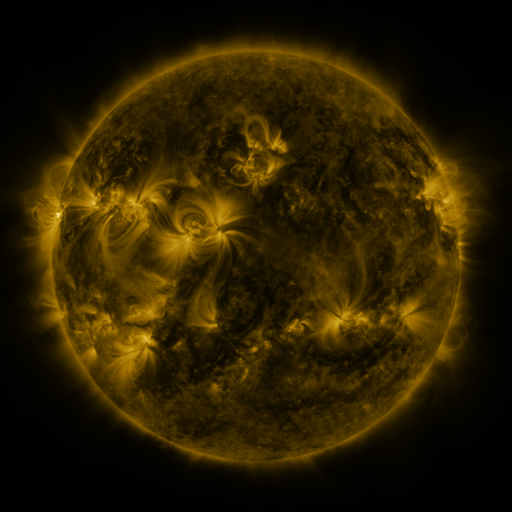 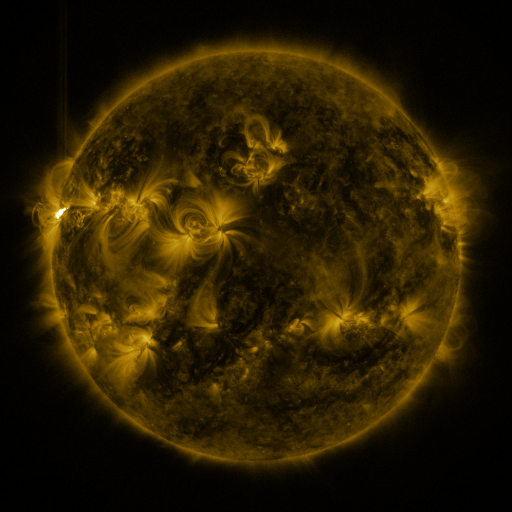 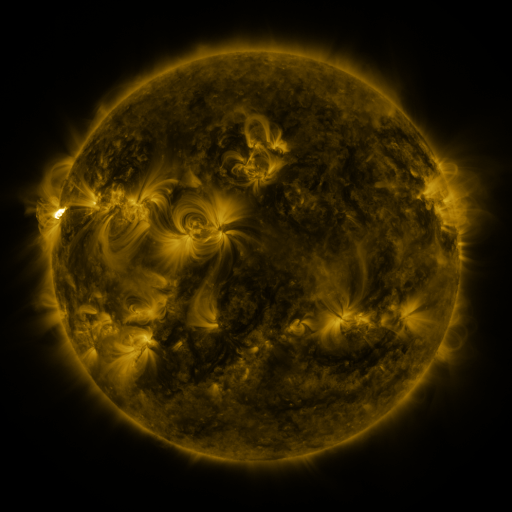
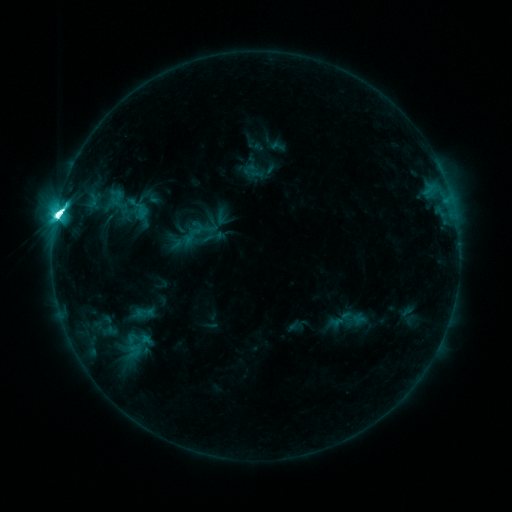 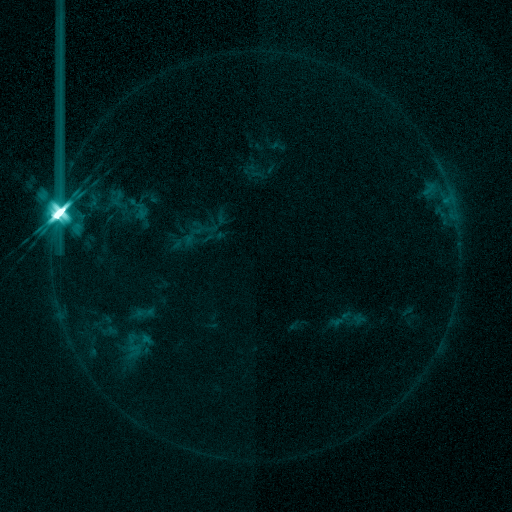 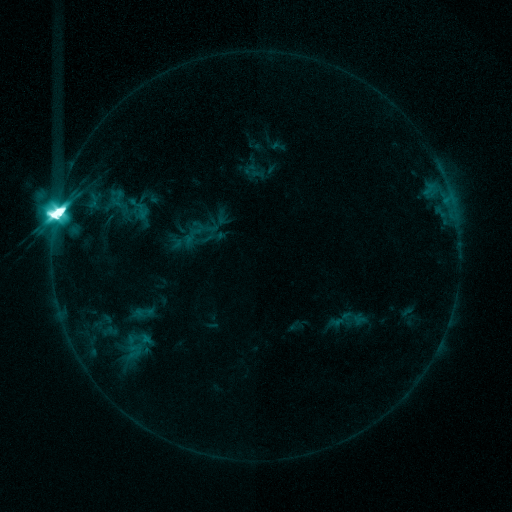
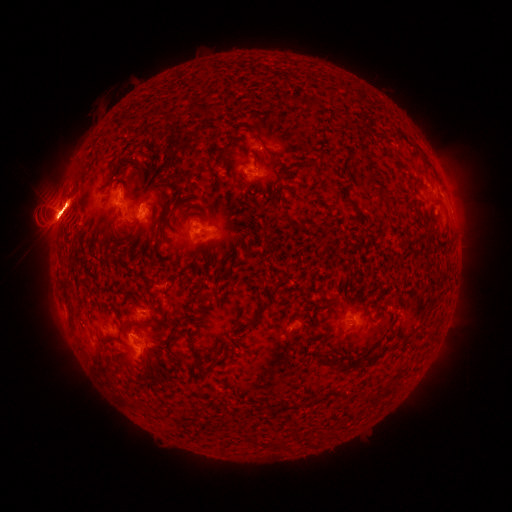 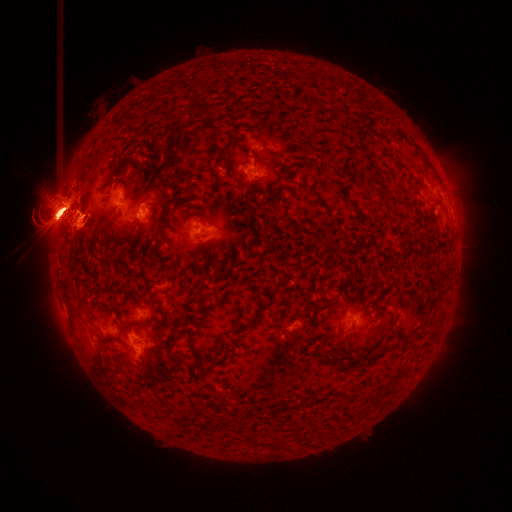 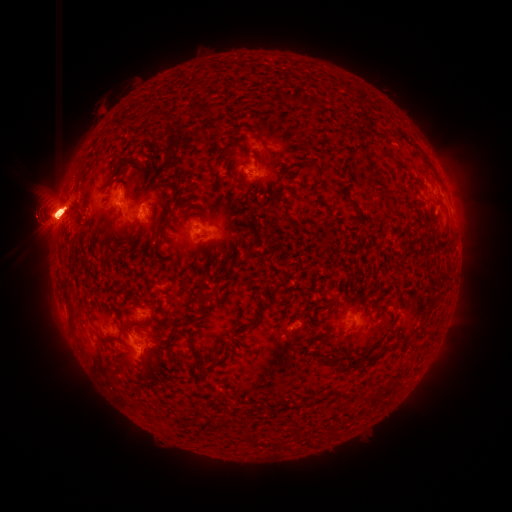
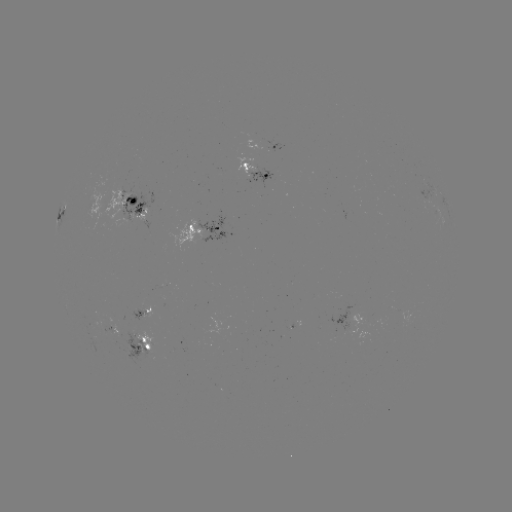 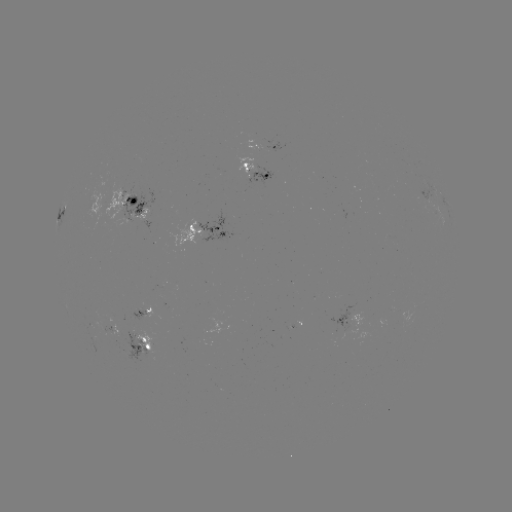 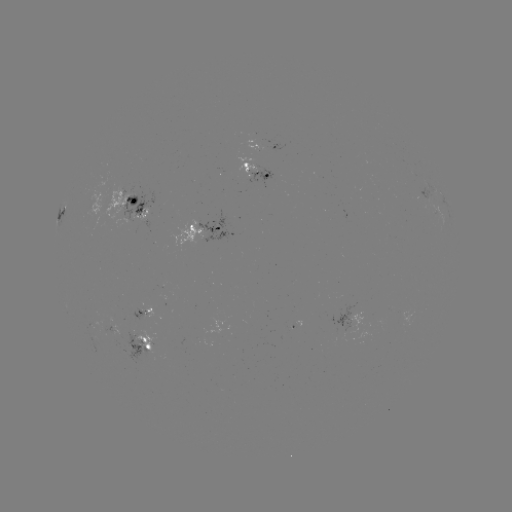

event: eruption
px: (358, 327)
